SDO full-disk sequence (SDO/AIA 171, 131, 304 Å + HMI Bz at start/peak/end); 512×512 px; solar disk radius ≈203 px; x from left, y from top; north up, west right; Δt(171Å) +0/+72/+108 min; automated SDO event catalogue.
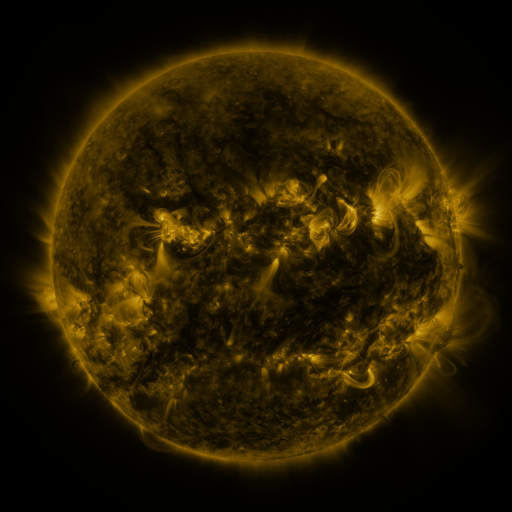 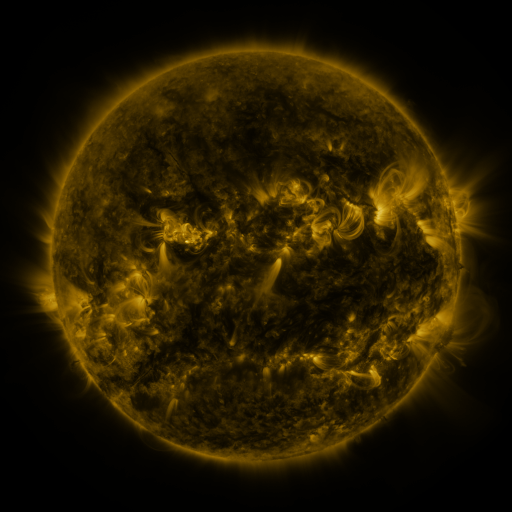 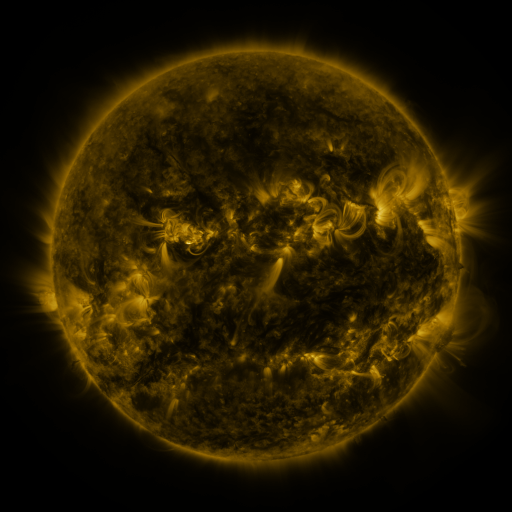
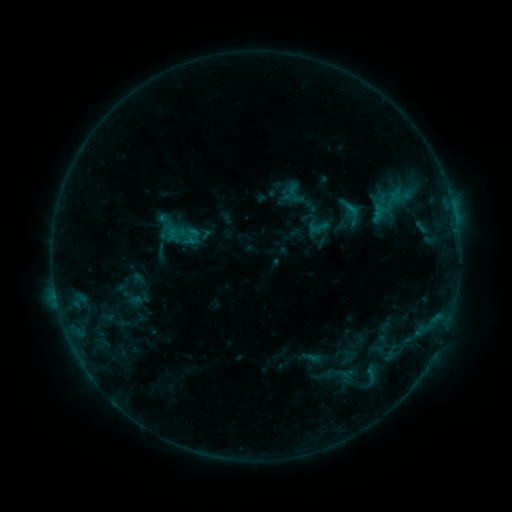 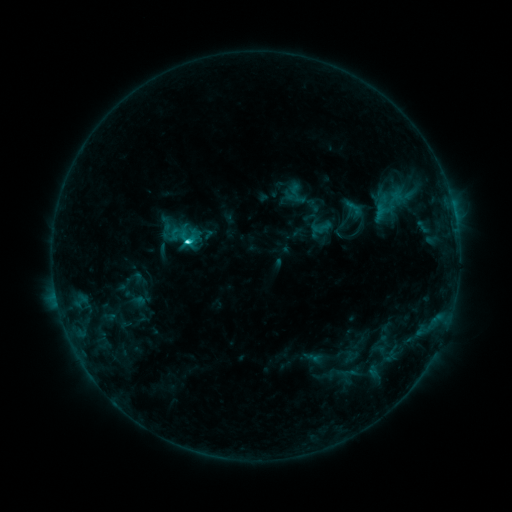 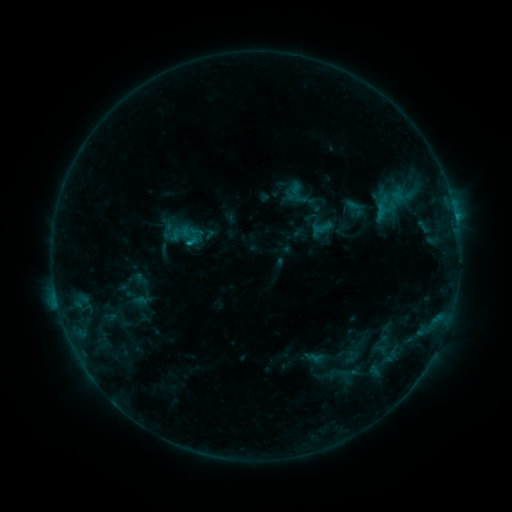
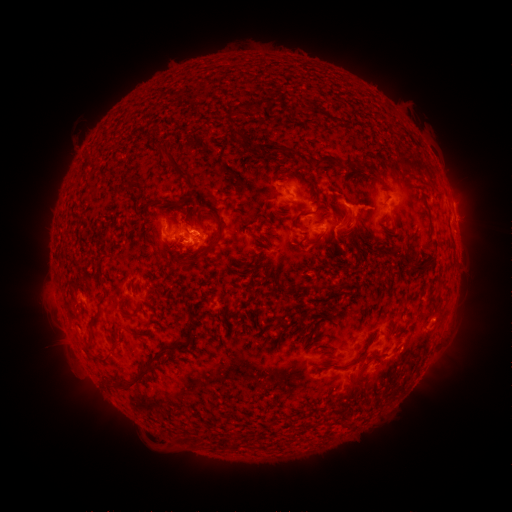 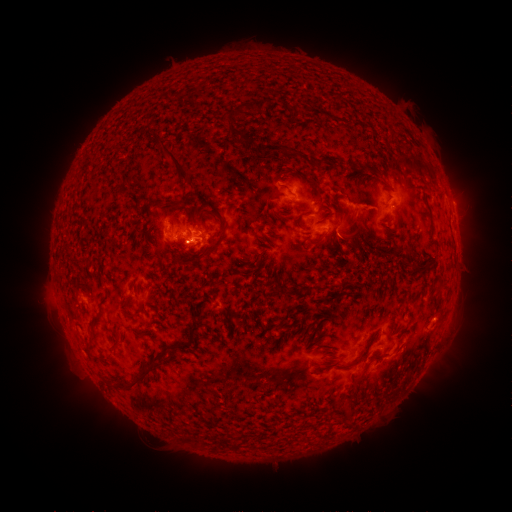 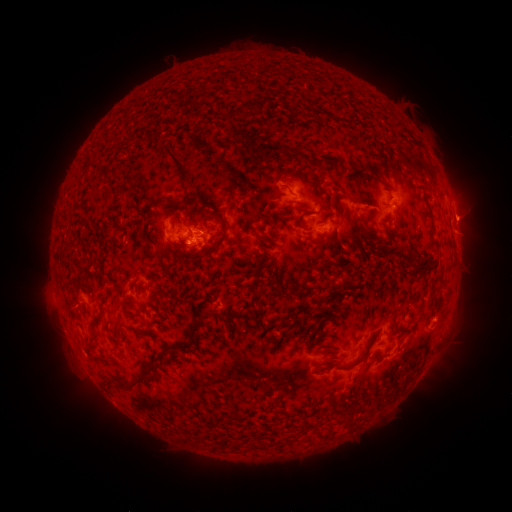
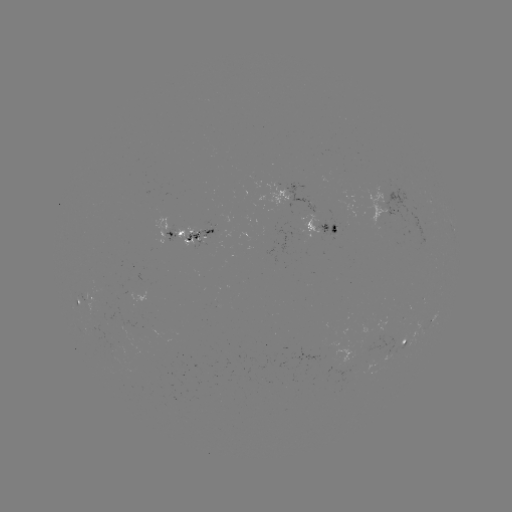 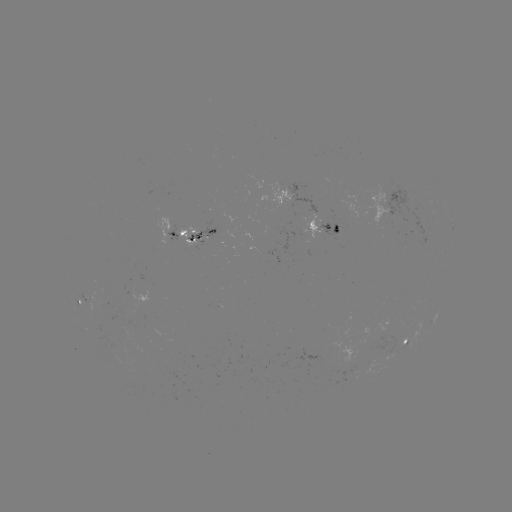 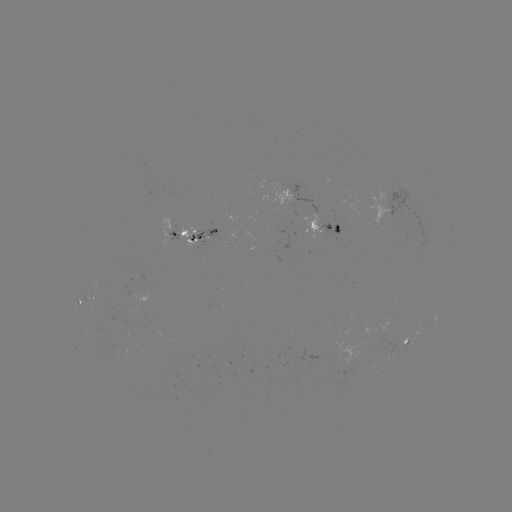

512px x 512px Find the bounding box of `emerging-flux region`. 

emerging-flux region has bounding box [177, 228, 199, 250].